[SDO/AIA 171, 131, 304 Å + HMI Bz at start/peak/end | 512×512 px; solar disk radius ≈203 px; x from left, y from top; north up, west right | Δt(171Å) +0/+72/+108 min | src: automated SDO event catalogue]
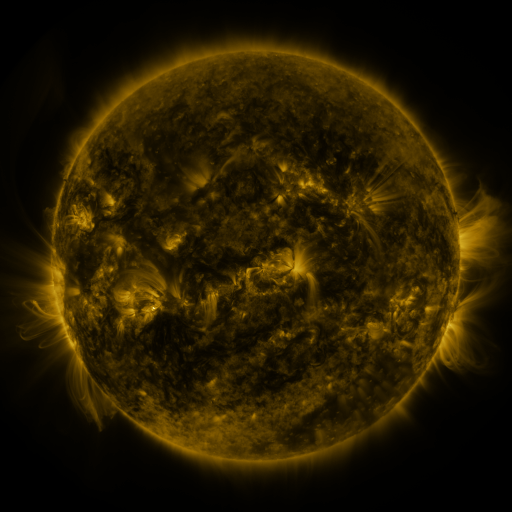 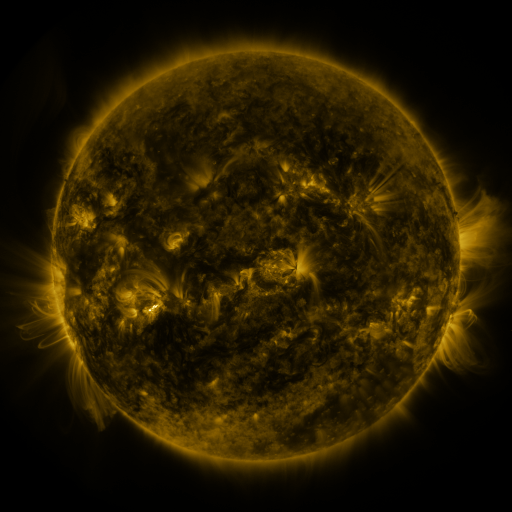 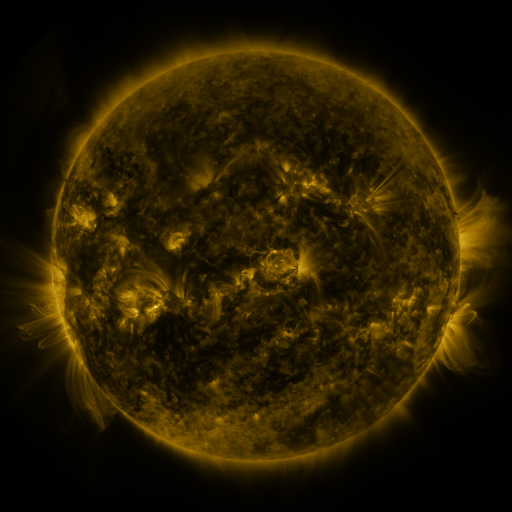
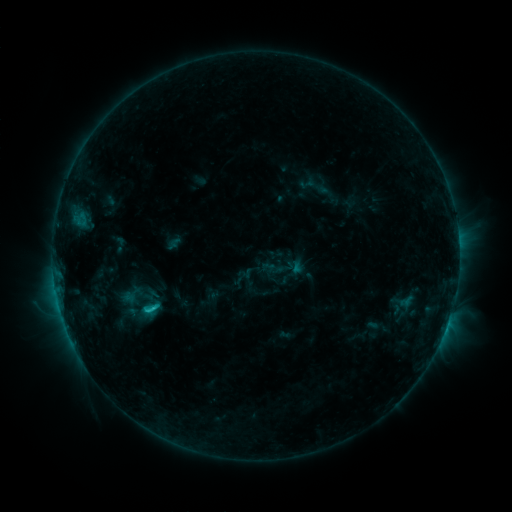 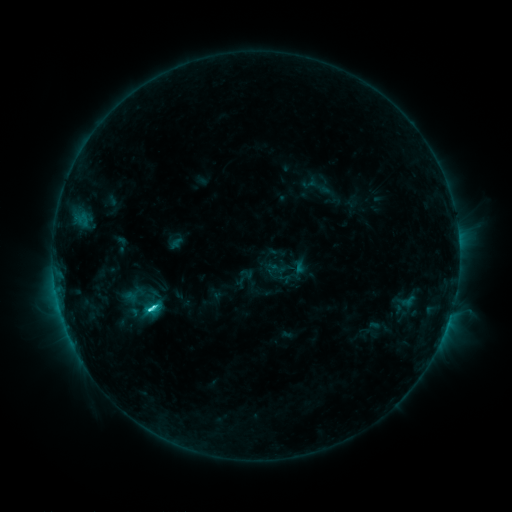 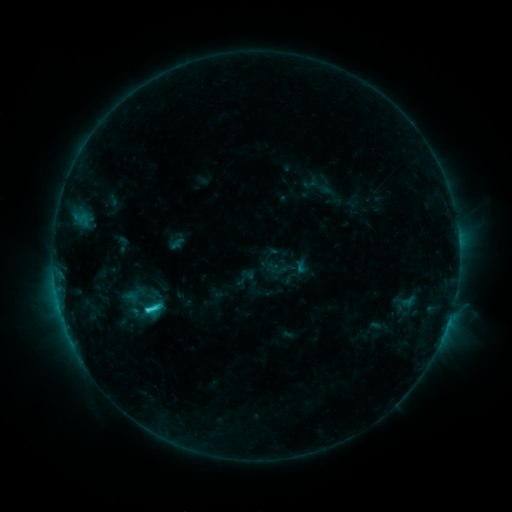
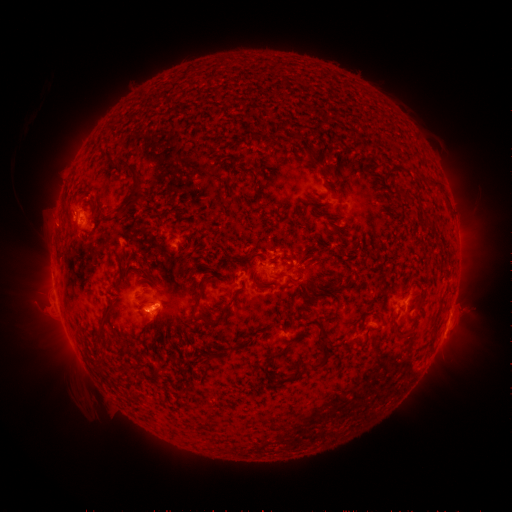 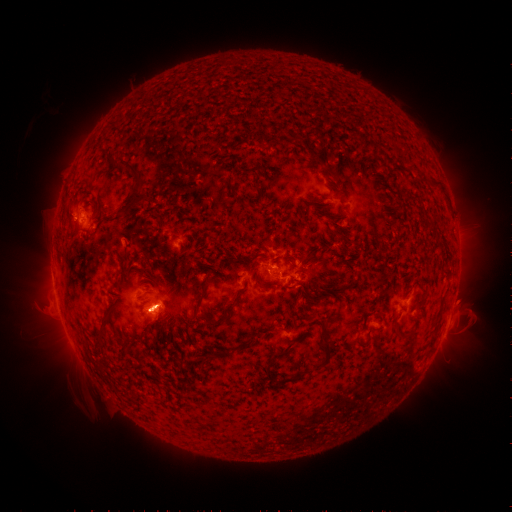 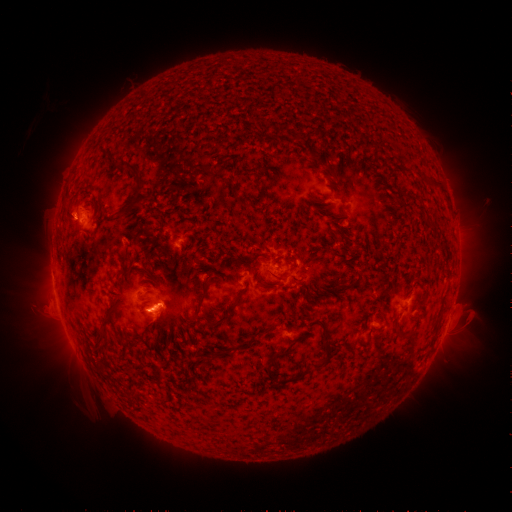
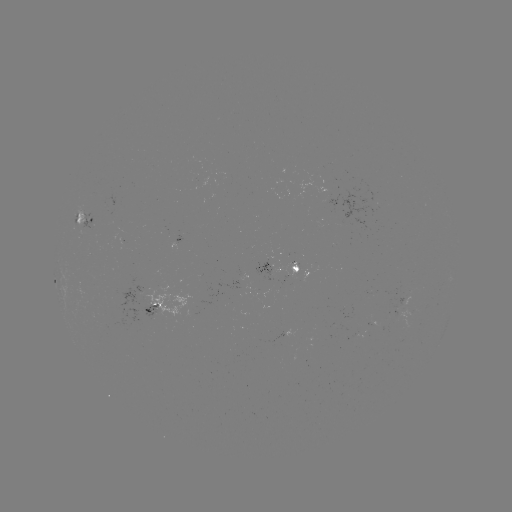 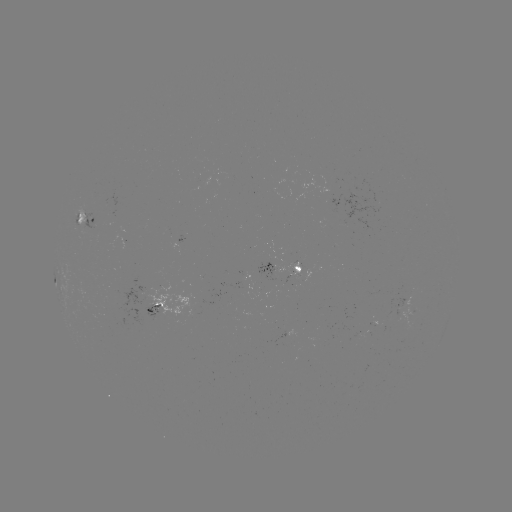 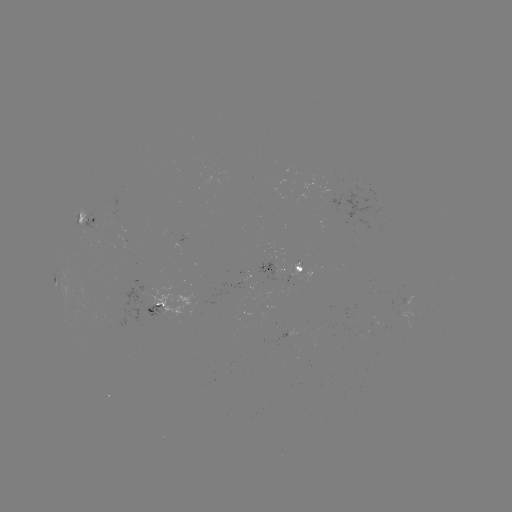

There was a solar emerging-flux region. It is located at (291, 267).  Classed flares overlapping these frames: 1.